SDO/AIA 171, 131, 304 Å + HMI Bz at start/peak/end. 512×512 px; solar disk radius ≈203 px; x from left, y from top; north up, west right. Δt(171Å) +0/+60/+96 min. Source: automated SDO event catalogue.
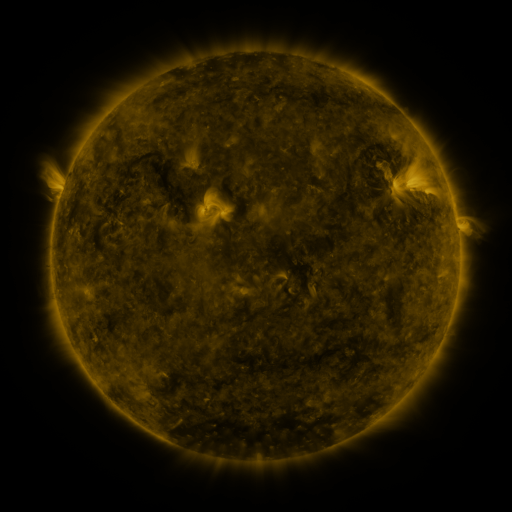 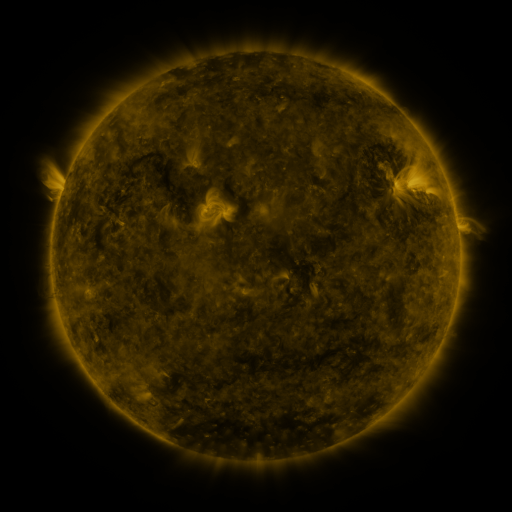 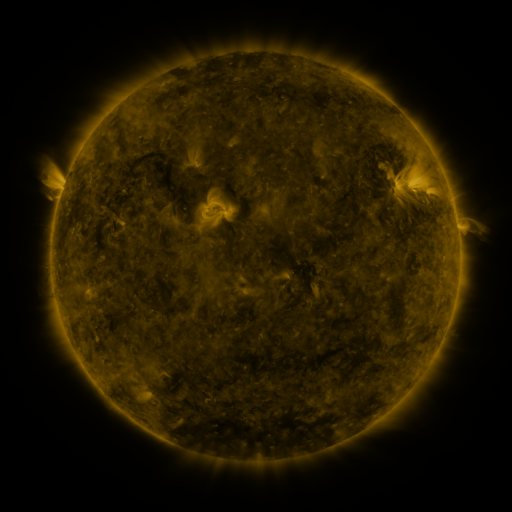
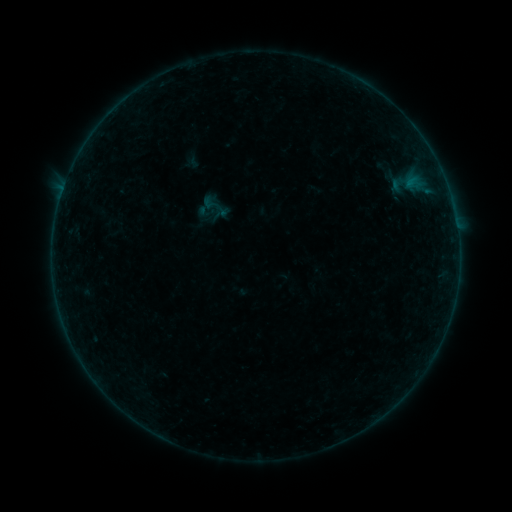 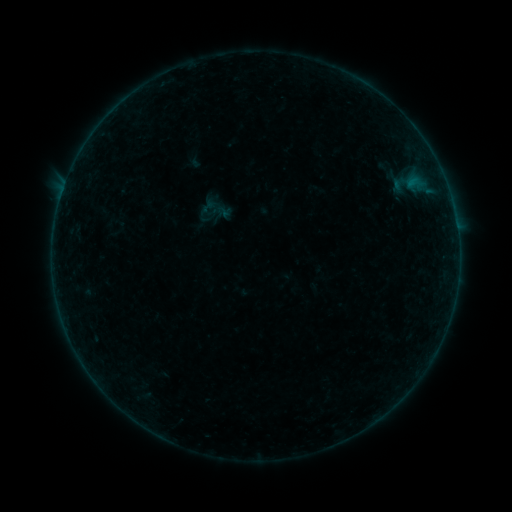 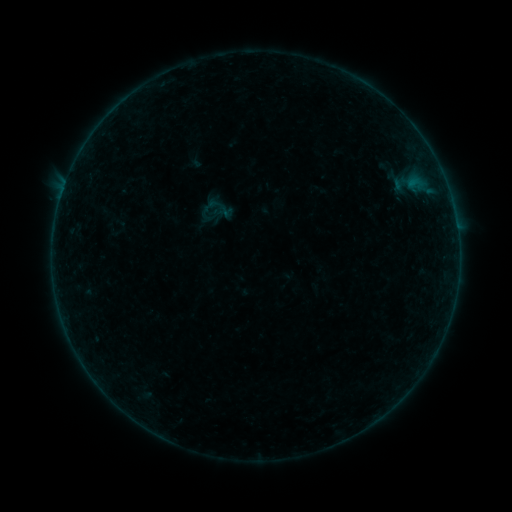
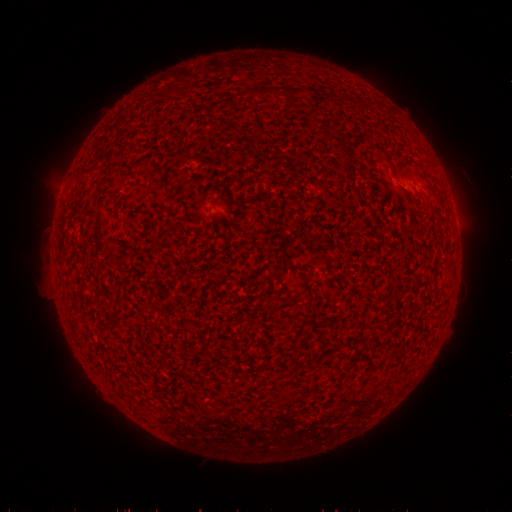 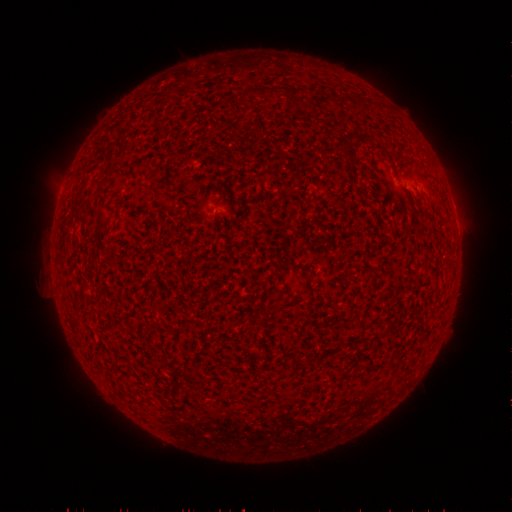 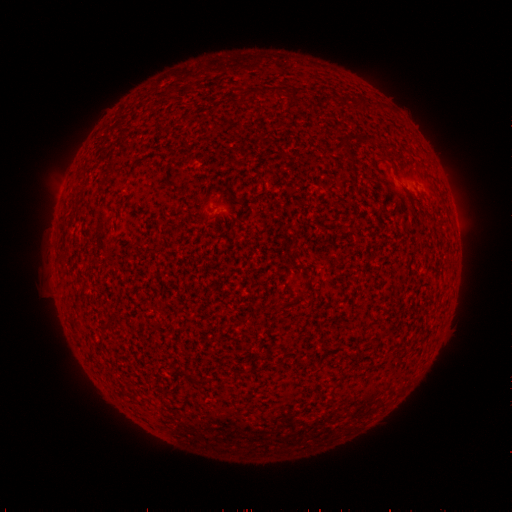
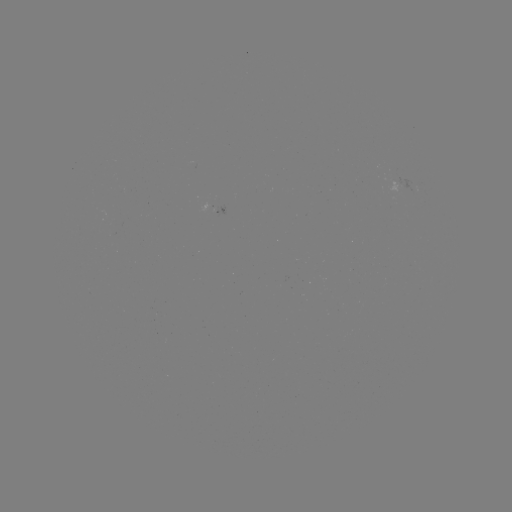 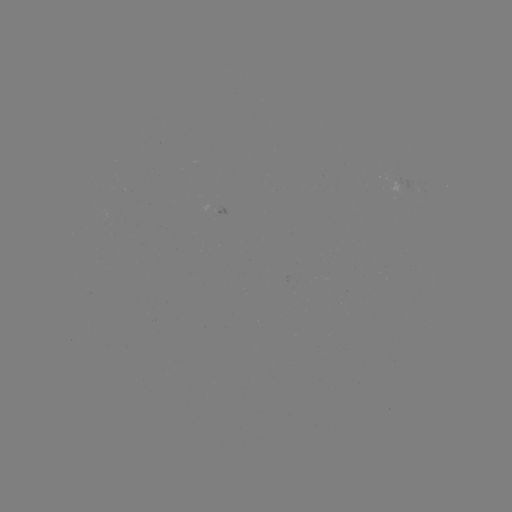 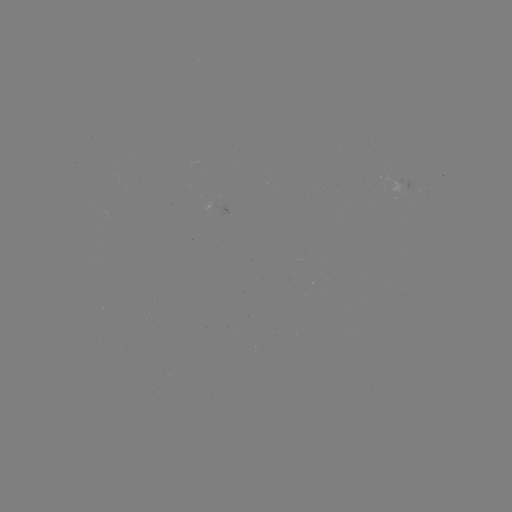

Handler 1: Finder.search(emerging-flux region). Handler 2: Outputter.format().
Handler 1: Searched emerging-flux region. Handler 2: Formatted (398, 179).